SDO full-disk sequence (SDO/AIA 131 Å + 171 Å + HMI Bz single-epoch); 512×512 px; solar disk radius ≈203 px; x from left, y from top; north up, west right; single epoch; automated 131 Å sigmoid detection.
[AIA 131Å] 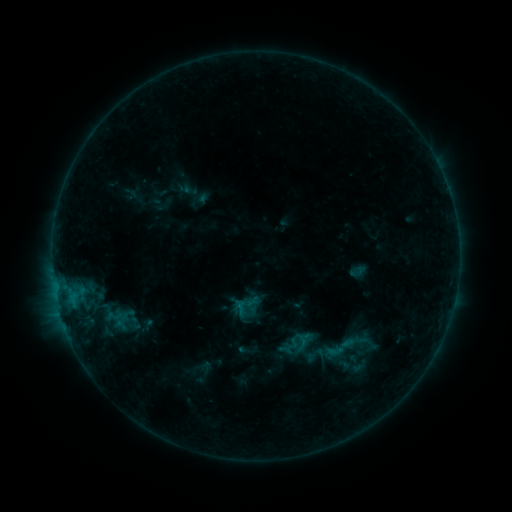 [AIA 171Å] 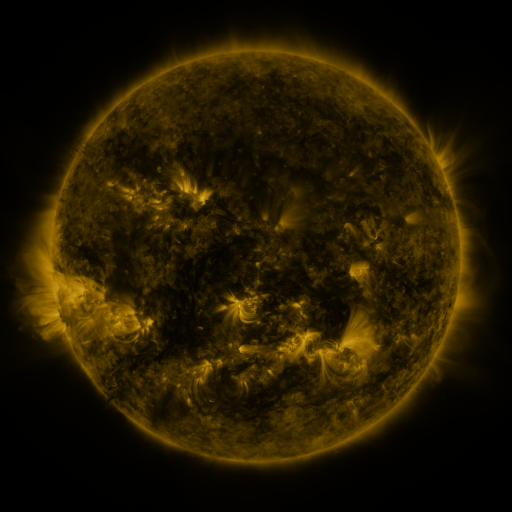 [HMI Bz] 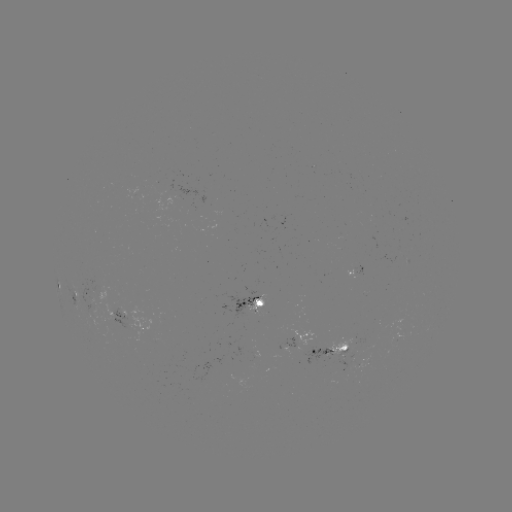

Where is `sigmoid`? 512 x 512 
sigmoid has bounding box [323, 332, 355, 364].